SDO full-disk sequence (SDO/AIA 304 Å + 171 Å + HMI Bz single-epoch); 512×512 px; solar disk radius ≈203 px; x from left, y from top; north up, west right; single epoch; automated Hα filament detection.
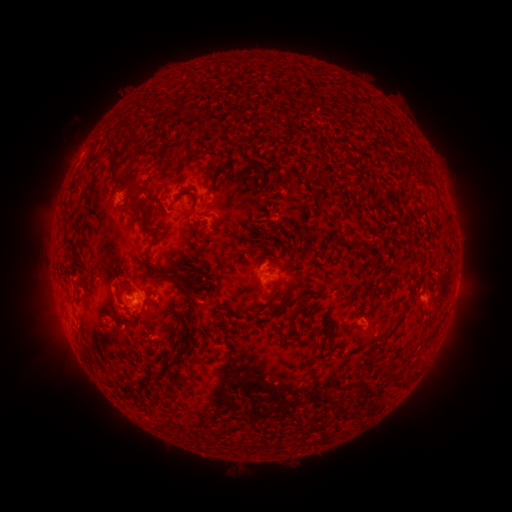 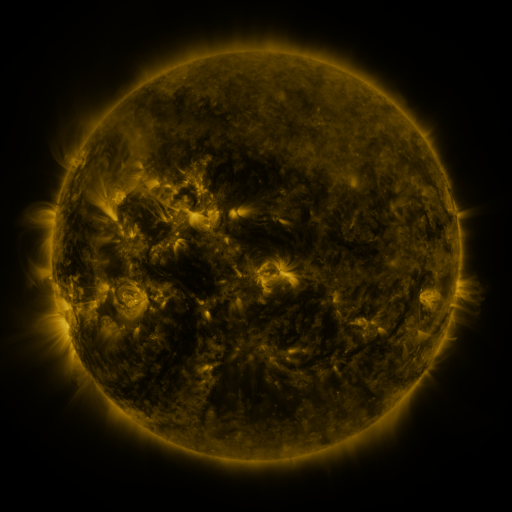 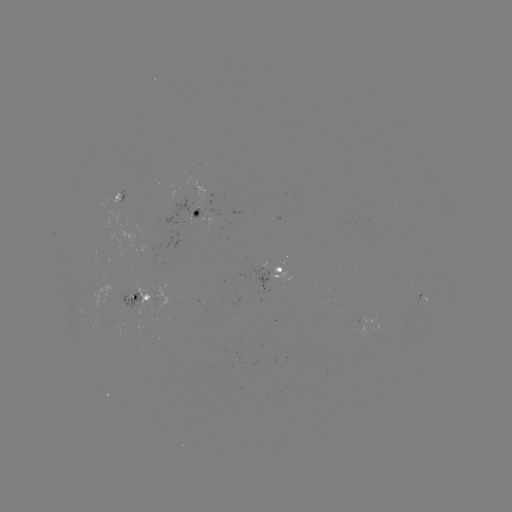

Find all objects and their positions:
filament: [69, 150, 94, 199]
filament: [187, 154, 197, 164]
filament: [204, 160, 216, 178]
filament: [219, 173, 232, 185]
filament: [118, 175, 141, 203]
filament: [173, 190, 201, 229]
filament: [239, 205, 250, 213]
filament: [126, 215, 154, 237]
filament: [60, 227, 78, 256]
filament: [339, 234, 348, 243]
filament: [142, 251, 193, 297]
filament: [116, 281, 135, 297]
filament: [195, 282, 205, 293]
filament: [271, 295, 297, 317]
filament: [184, 297, 195, 308]
filament: [71, 299, 82, 306]
filament: [290, 312, 299, 324]
filament: [182, 313, 193, 324]
filament: [354, 321, 363, 327]
filament: [320, 323, 334, 350]
filament: [430, 328, 439, 337]
filament: [179, 329, 197, 348]
filament: [169, 351, 189, 366]
filament: [399, 376, 410, 385]
